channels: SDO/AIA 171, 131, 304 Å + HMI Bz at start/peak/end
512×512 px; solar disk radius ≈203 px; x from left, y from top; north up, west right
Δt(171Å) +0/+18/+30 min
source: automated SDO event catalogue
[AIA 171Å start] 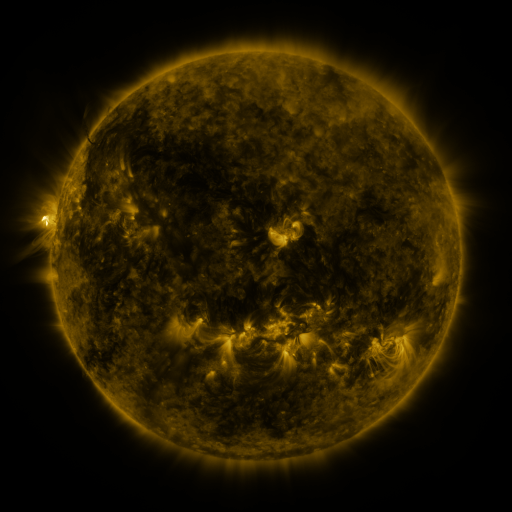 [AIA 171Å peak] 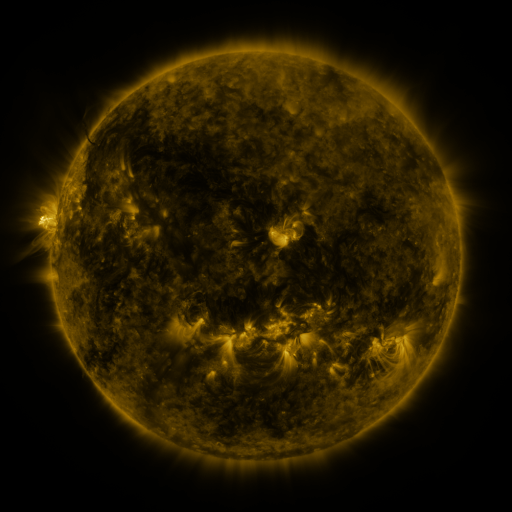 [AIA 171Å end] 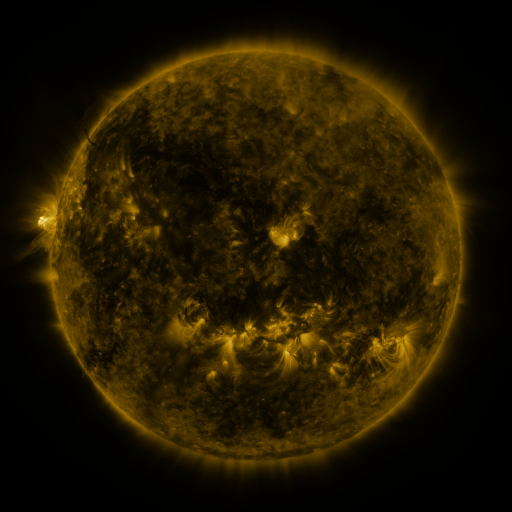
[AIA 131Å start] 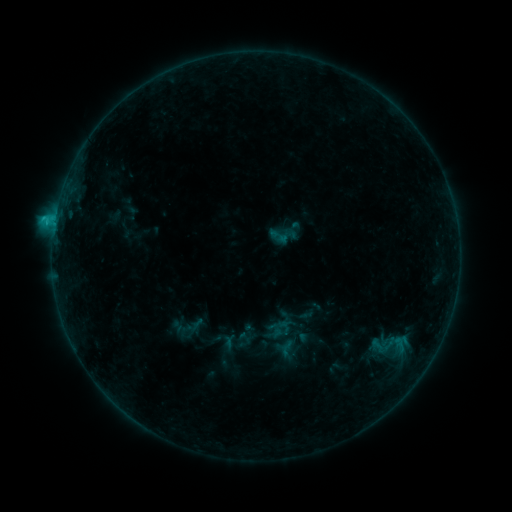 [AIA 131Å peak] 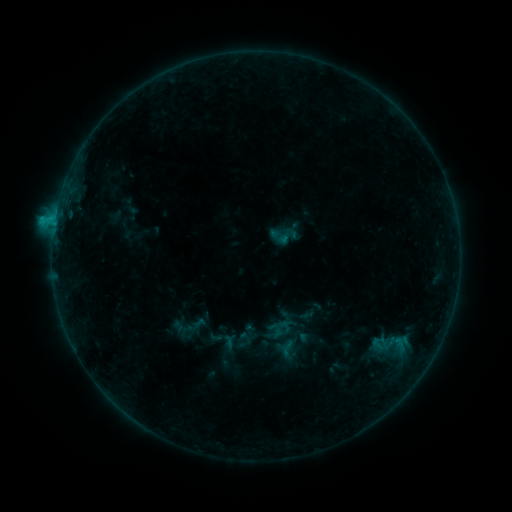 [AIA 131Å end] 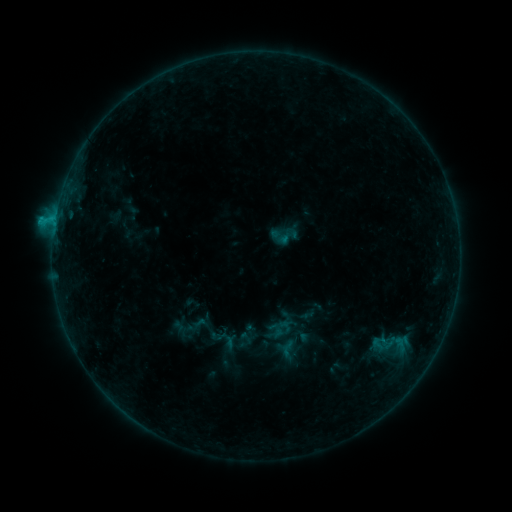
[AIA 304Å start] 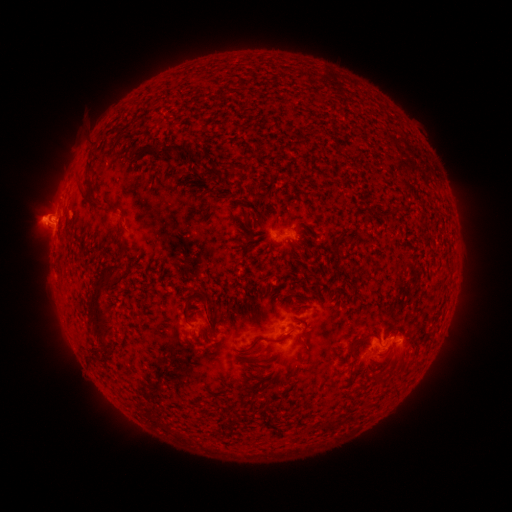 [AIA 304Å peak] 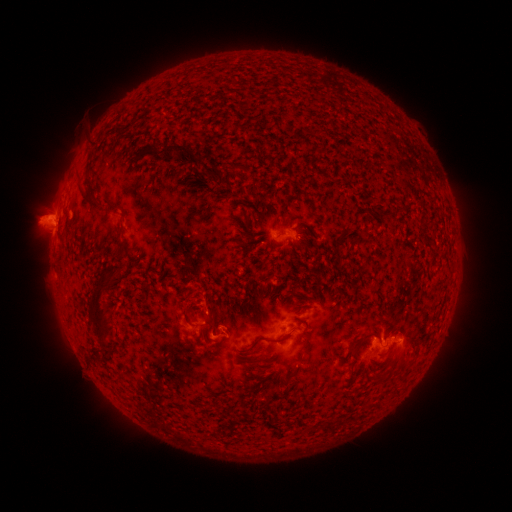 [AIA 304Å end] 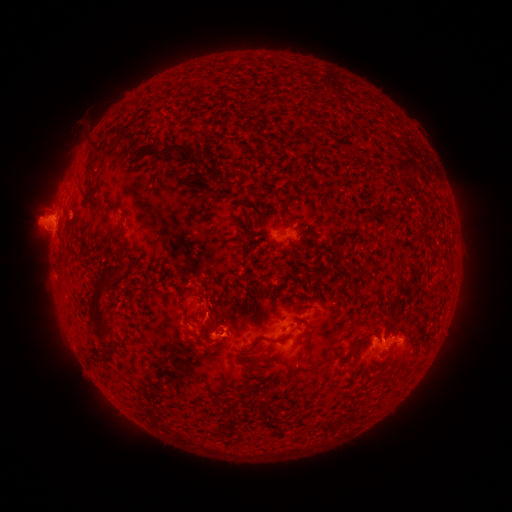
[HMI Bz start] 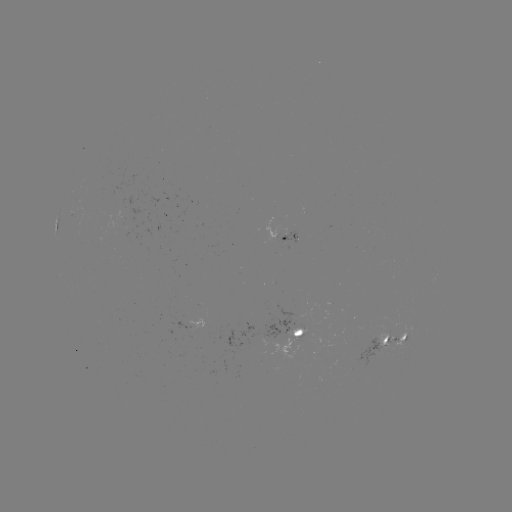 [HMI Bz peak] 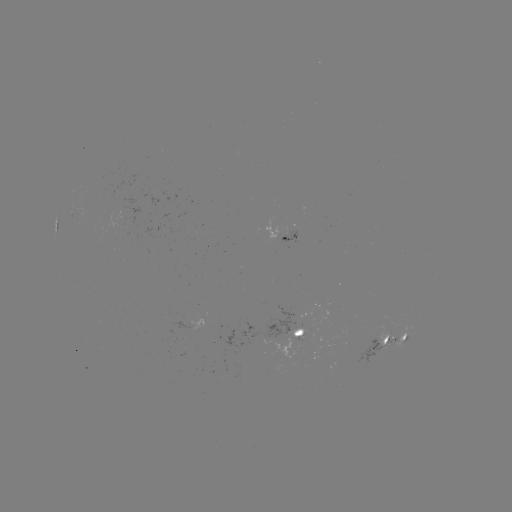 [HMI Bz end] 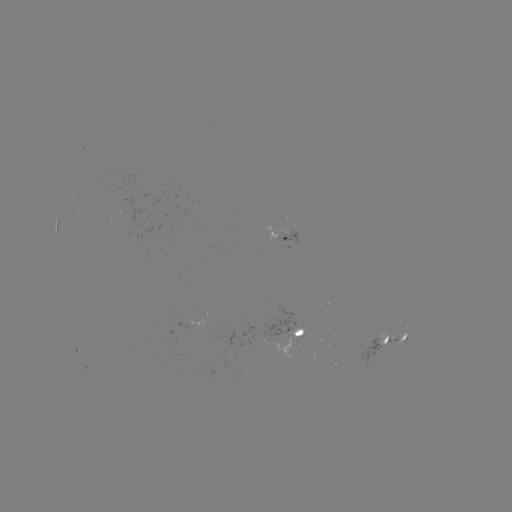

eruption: <bbox>169, 283, 224, 344</bbox>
